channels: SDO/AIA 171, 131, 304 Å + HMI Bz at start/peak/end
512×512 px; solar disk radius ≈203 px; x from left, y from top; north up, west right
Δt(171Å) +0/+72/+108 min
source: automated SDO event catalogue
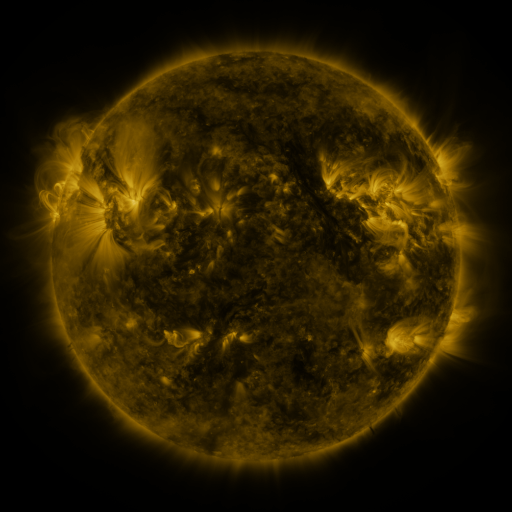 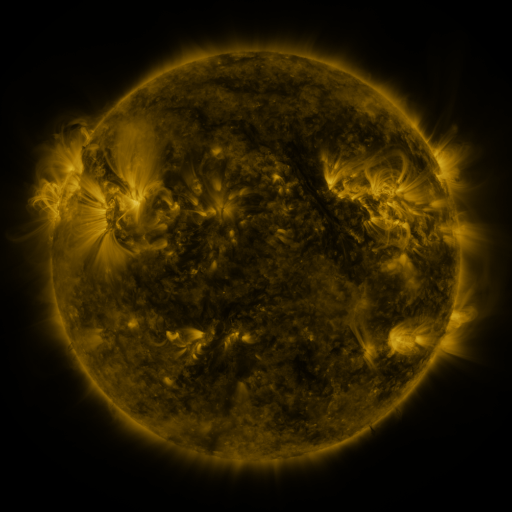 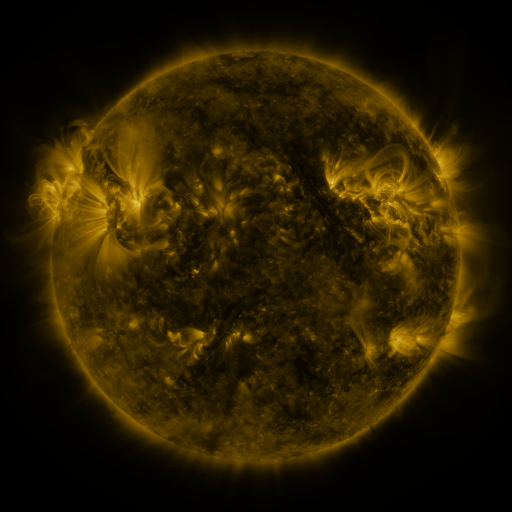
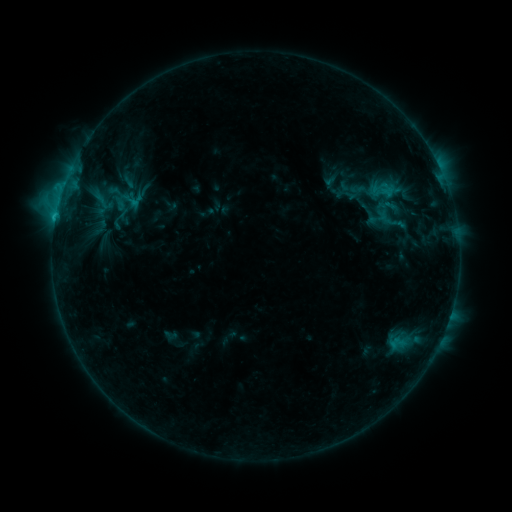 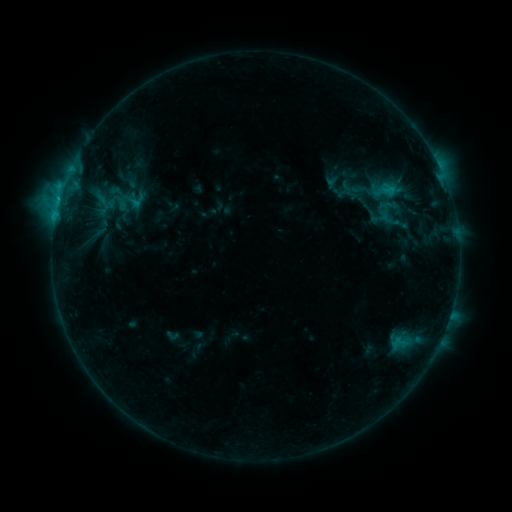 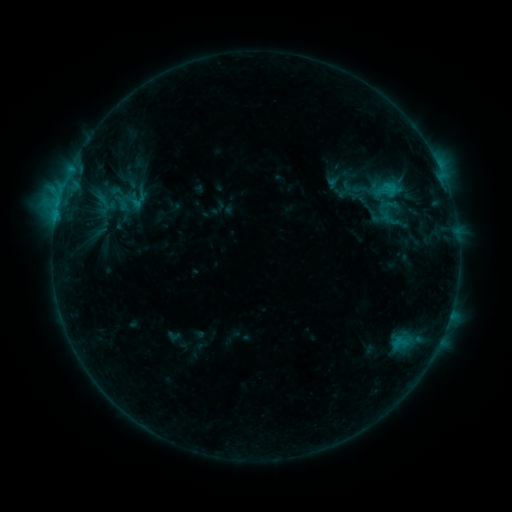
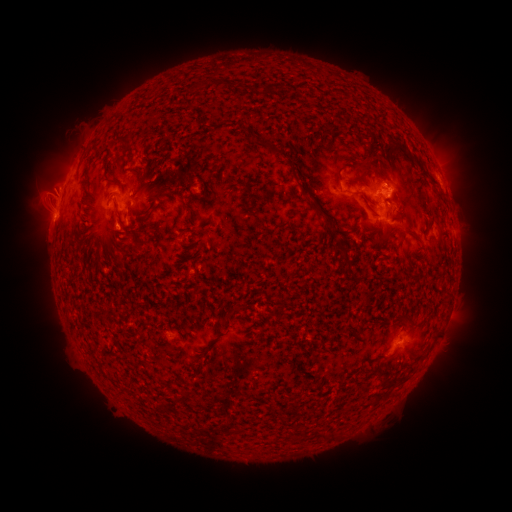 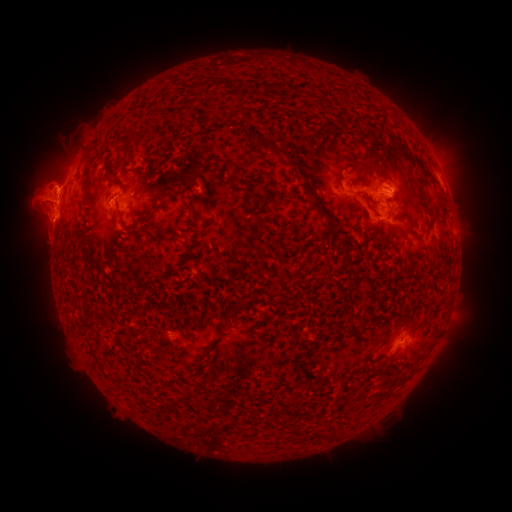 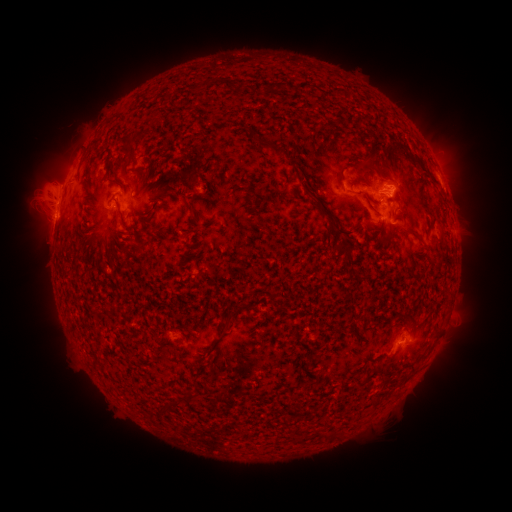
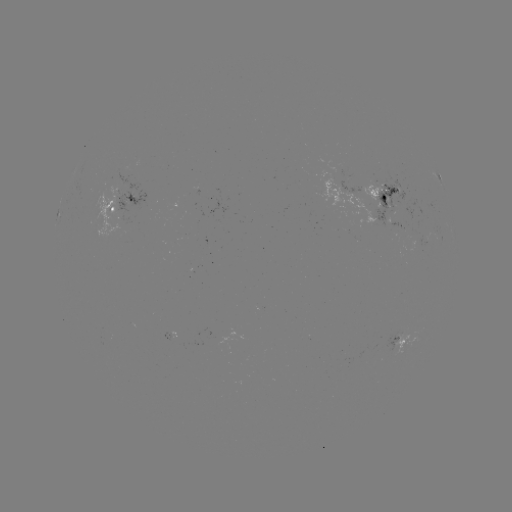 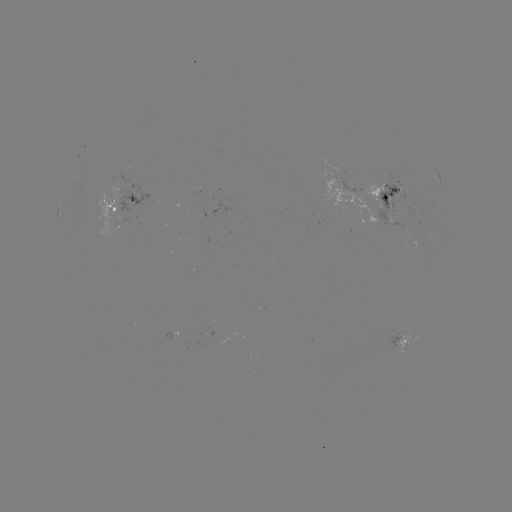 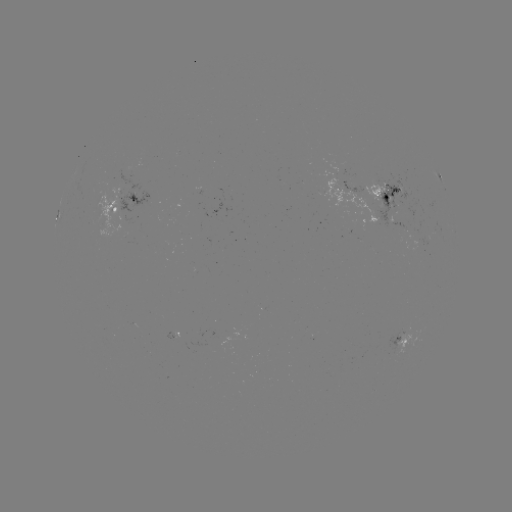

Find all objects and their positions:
emerging-flux region: (351, 187)
